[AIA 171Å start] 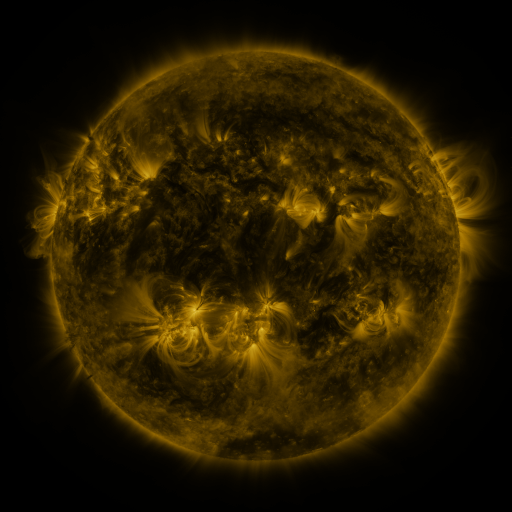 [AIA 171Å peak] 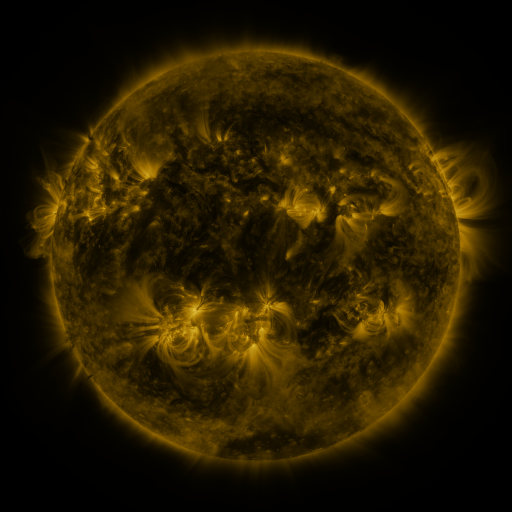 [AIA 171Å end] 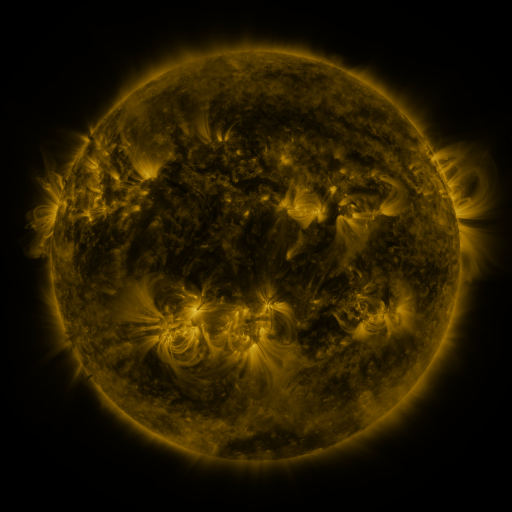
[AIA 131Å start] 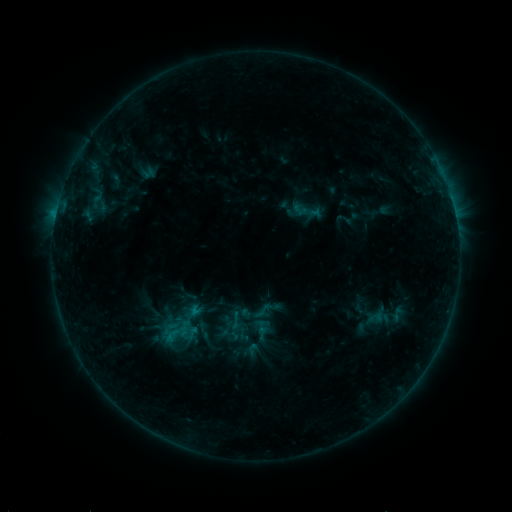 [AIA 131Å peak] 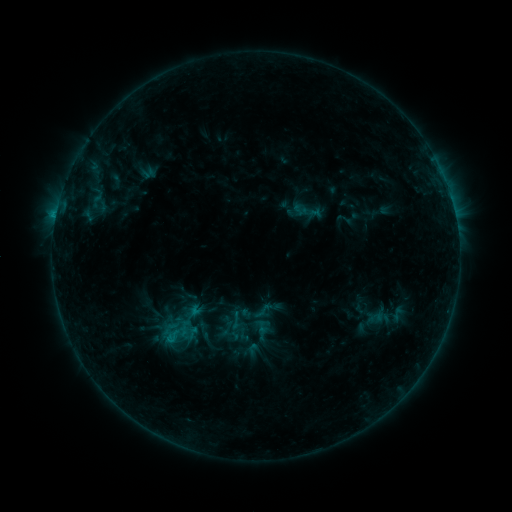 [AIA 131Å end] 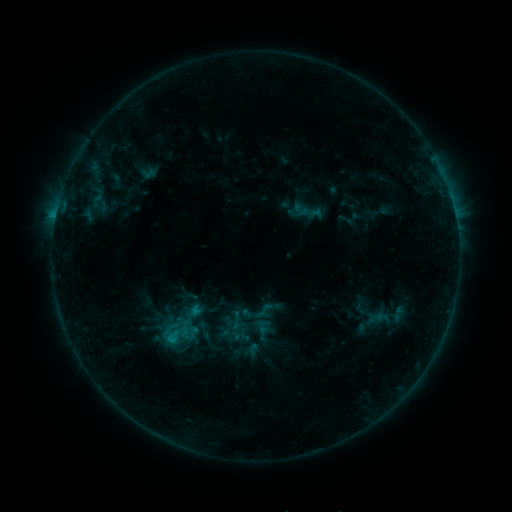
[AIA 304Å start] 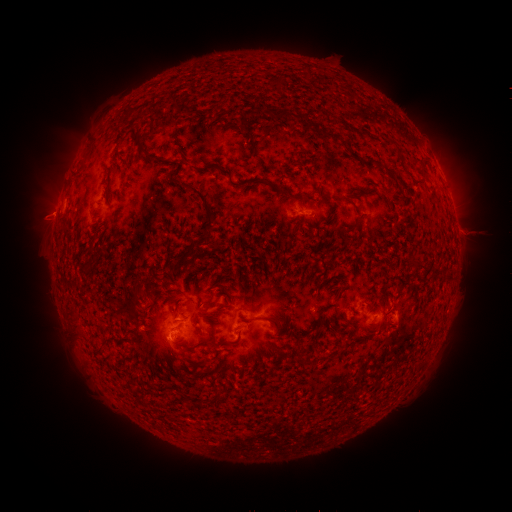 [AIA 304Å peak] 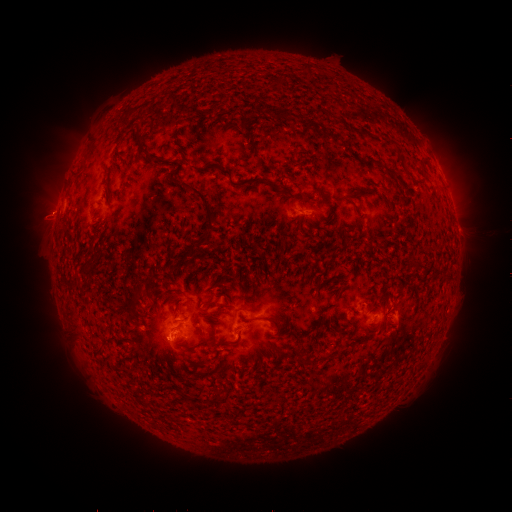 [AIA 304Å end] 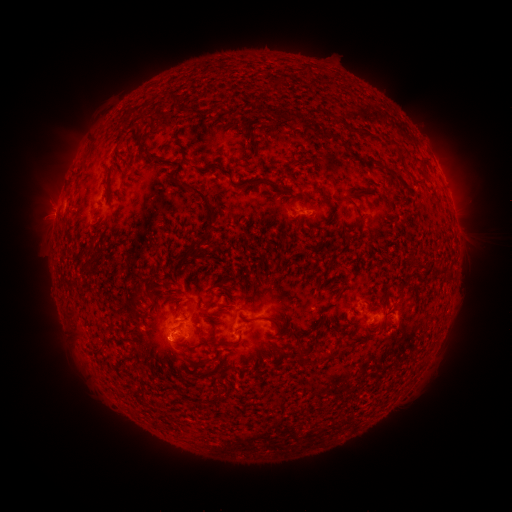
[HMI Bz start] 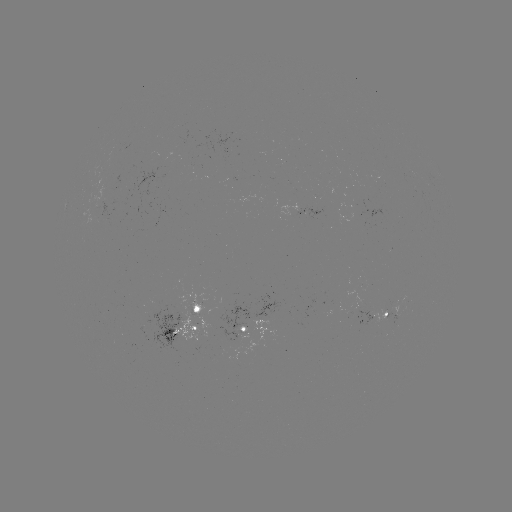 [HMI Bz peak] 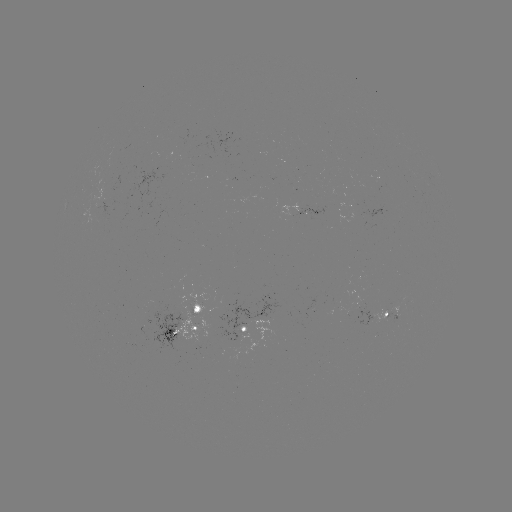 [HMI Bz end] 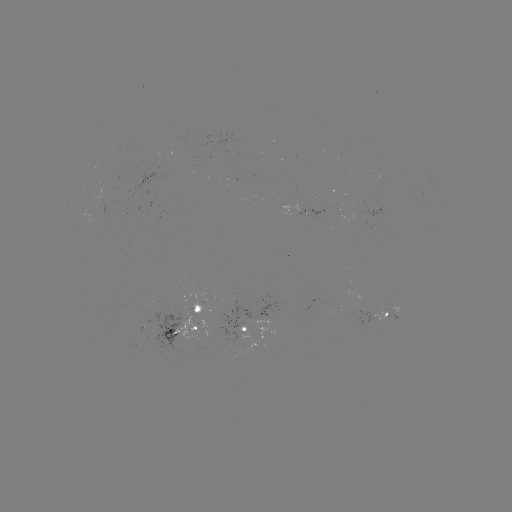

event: flare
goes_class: C1.3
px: (56, 217)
